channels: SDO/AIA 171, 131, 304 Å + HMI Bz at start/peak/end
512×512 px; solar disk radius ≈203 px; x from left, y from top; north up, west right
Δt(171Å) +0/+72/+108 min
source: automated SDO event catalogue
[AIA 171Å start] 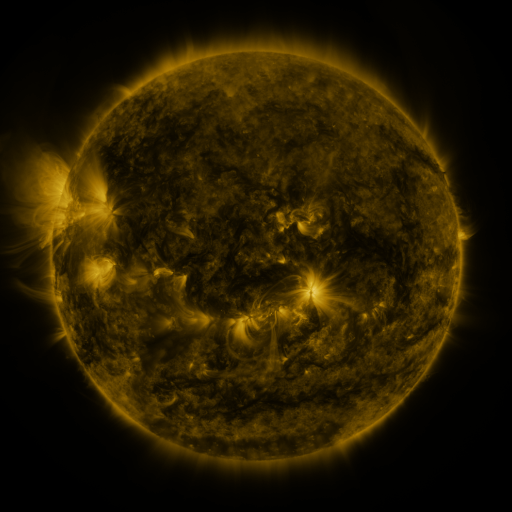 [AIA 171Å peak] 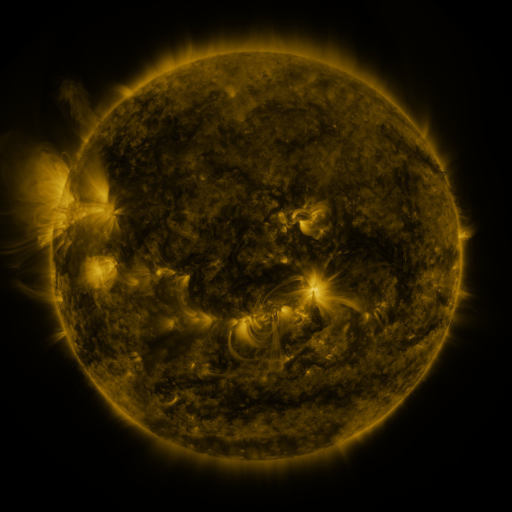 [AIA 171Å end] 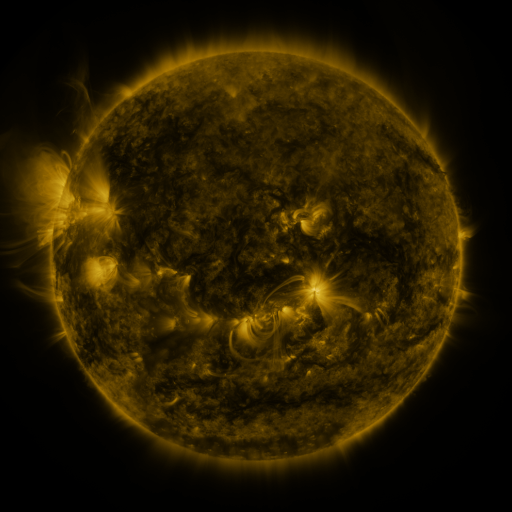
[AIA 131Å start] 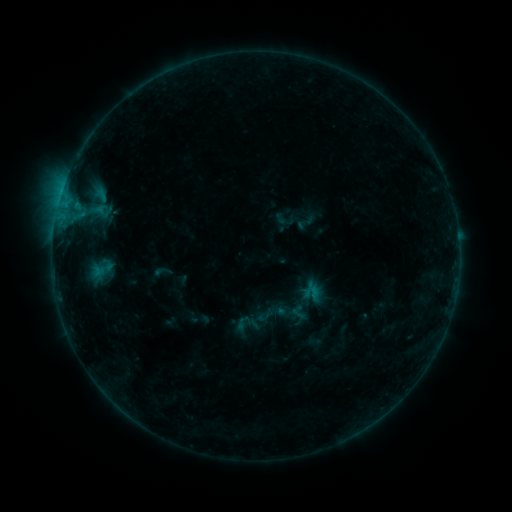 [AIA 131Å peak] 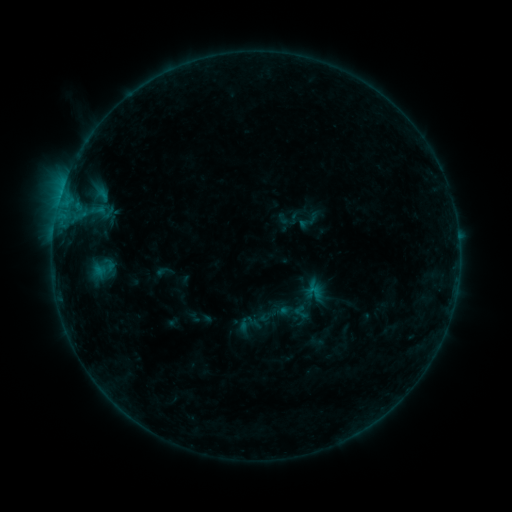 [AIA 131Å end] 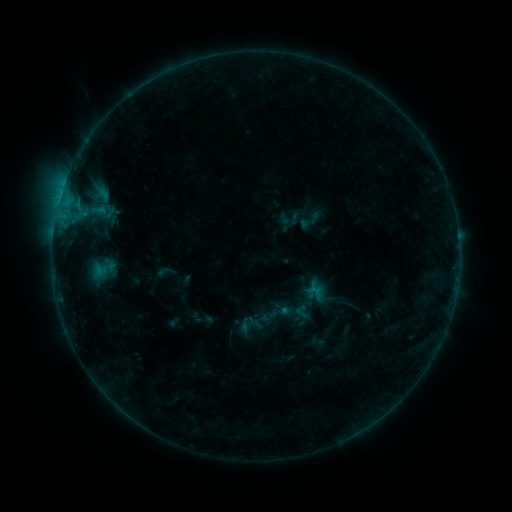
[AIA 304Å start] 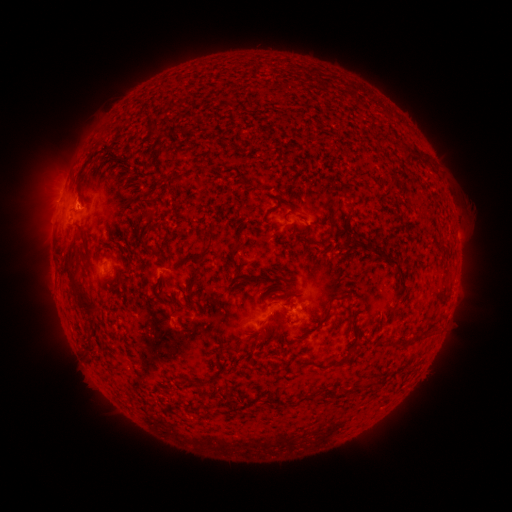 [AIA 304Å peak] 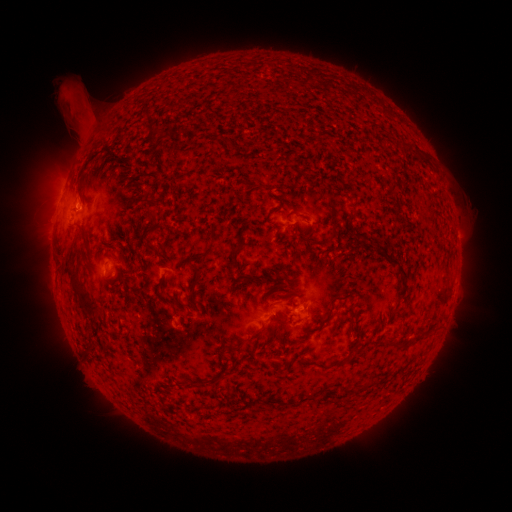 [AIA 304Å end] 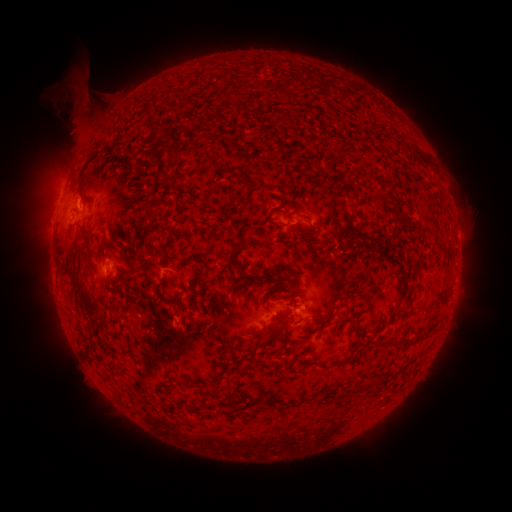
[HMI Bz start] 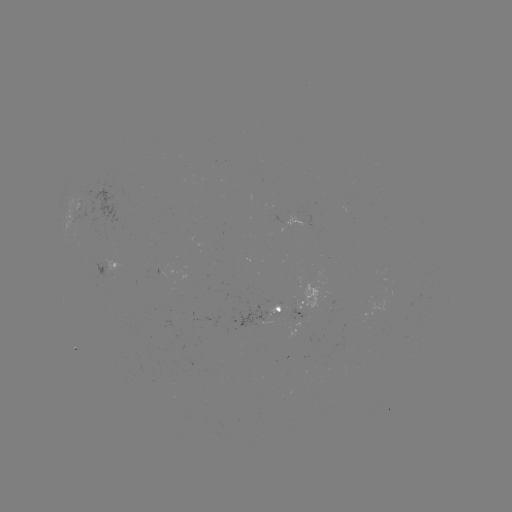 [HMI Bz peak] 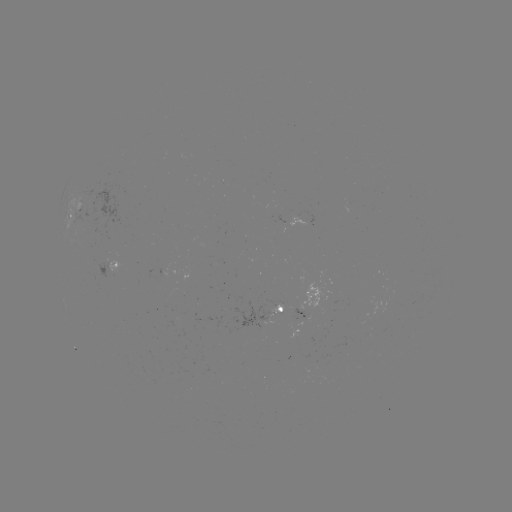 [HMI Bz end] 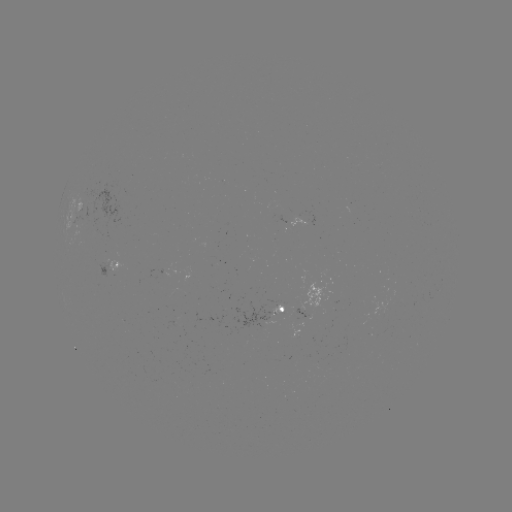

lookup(emerging-flux region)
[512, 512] [261, 318]